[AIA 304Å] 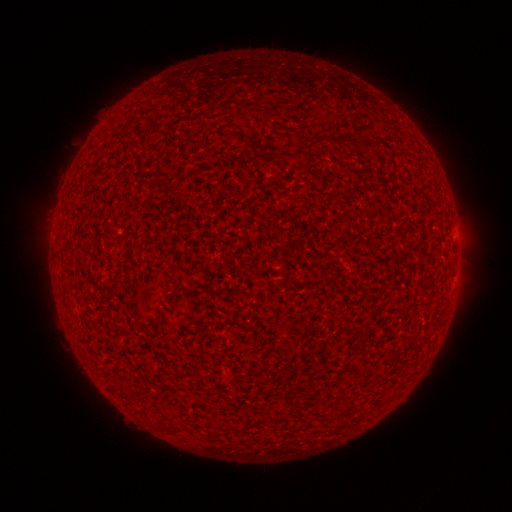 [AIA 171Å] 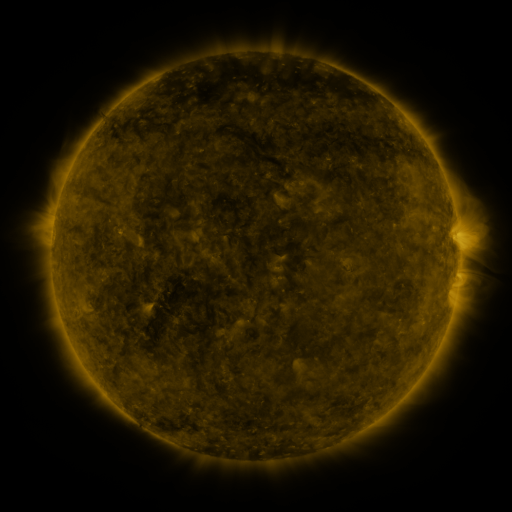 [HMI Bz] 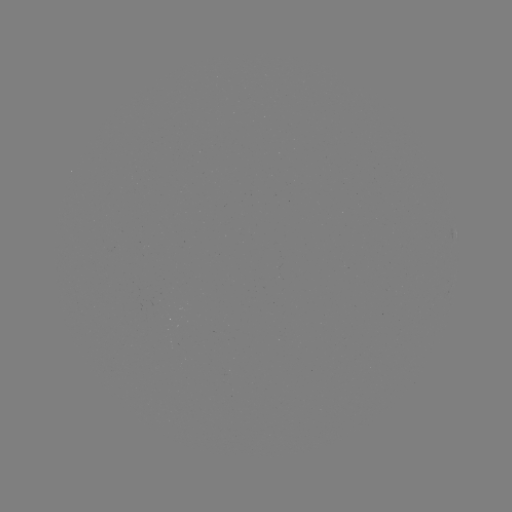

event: spotted active region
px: (456, 234)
